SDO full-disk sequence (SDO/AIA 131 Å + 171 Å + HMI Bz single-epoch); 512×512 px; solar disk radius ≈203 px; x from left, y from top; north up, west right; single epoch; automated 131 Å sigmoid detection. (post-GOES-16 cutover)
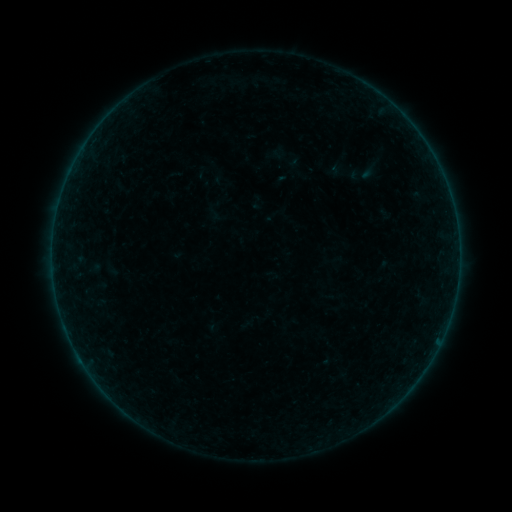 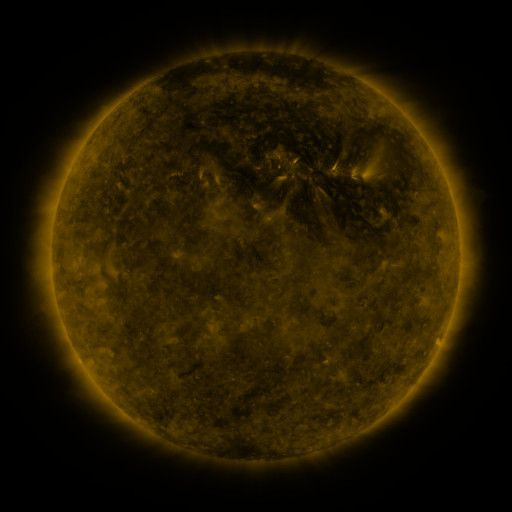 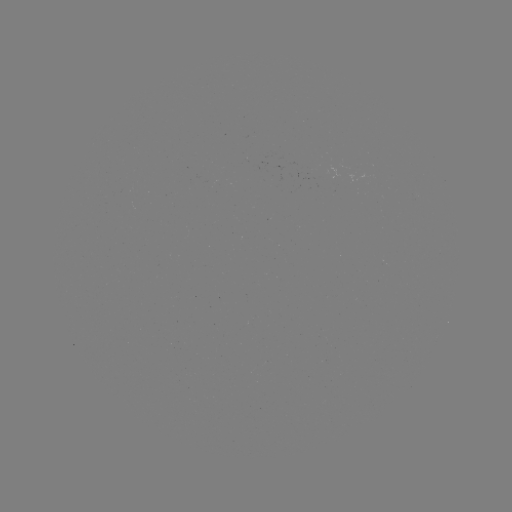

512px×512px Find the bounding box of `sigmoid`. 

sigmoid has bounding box [342, 163, 377, 186].